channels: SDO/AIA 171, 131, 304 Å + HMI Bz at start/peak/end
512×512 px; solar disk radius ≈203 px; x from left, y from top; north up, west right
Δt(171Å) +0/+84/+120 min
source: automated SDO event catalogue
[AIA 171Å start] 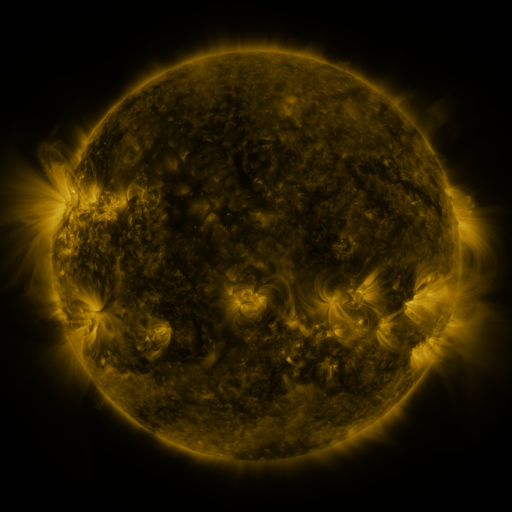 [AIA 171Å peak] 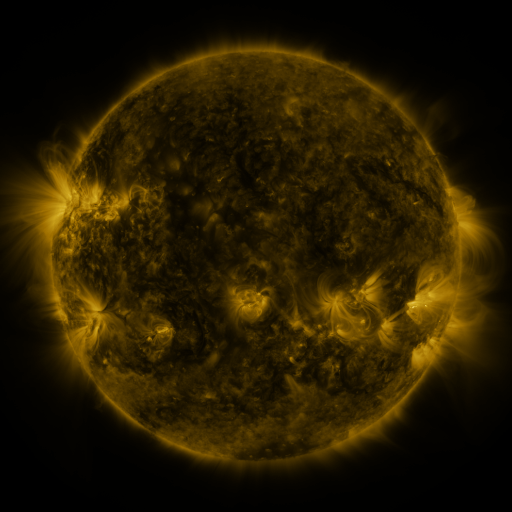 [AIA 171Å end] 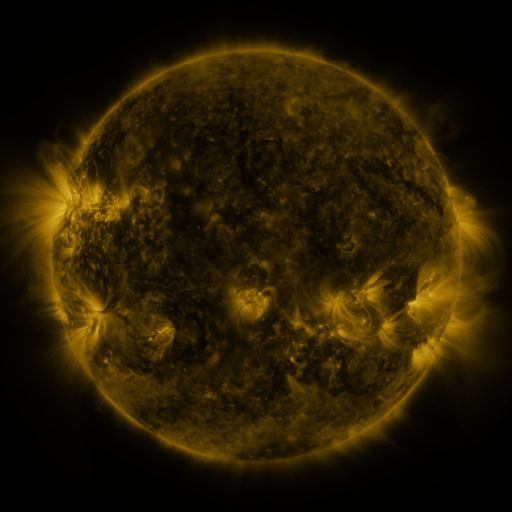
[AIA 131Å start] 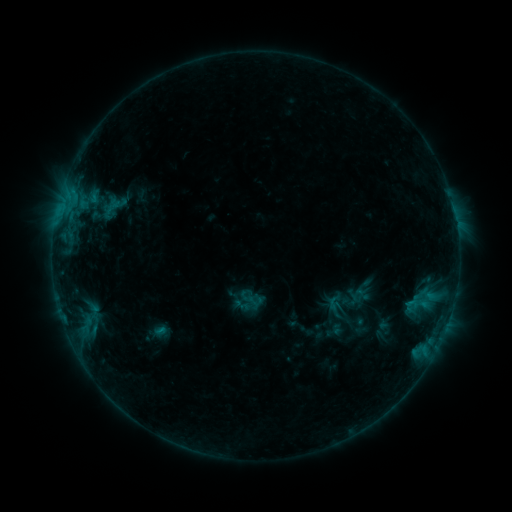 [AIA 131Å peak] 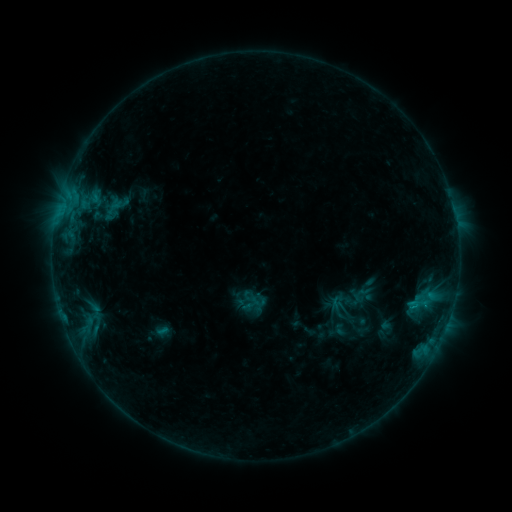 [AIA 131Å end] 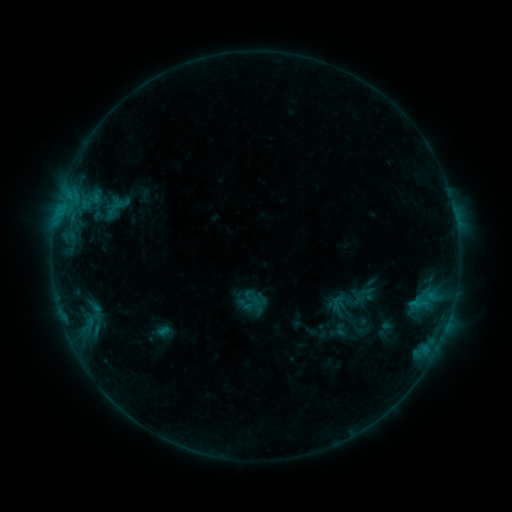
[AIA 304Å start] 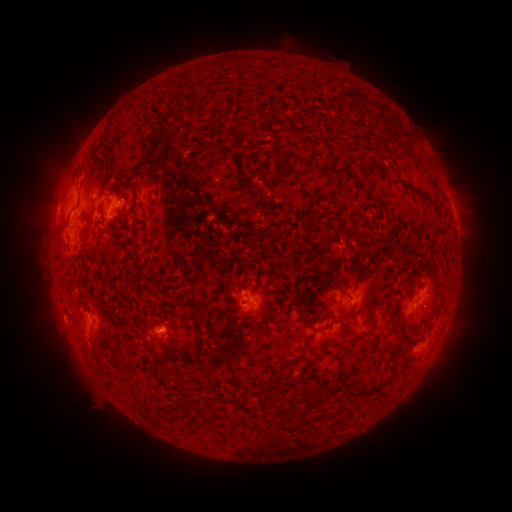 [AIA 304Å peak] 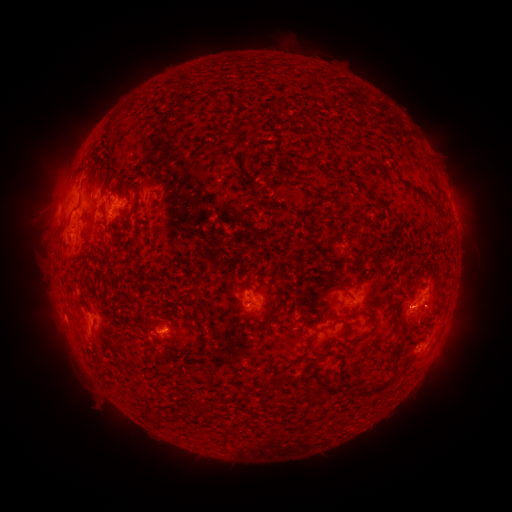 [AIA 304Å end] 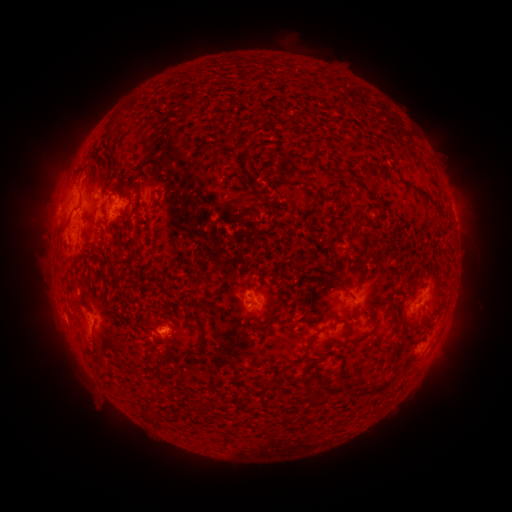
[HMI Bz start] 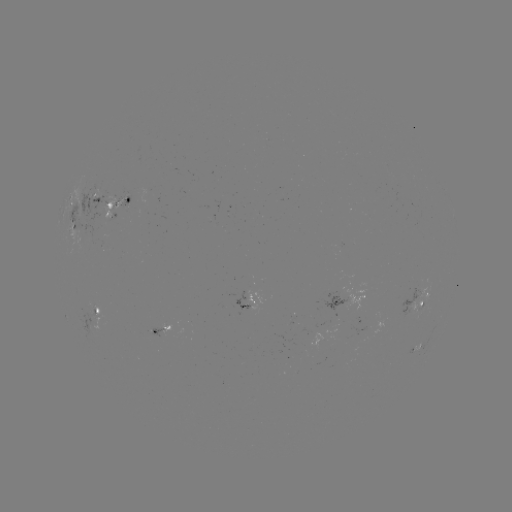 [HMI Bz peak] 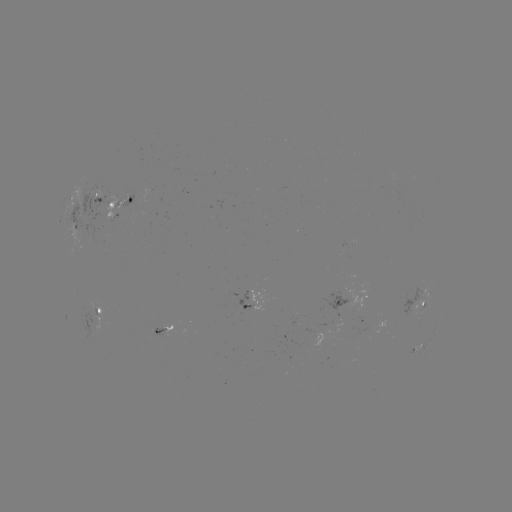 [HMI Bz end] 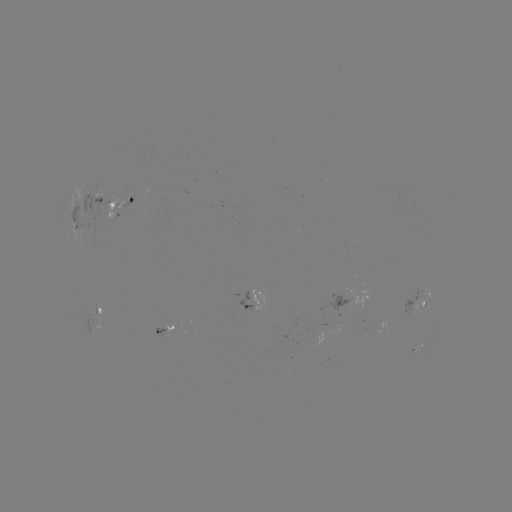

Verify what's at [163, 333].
emerging-flux region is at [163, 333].